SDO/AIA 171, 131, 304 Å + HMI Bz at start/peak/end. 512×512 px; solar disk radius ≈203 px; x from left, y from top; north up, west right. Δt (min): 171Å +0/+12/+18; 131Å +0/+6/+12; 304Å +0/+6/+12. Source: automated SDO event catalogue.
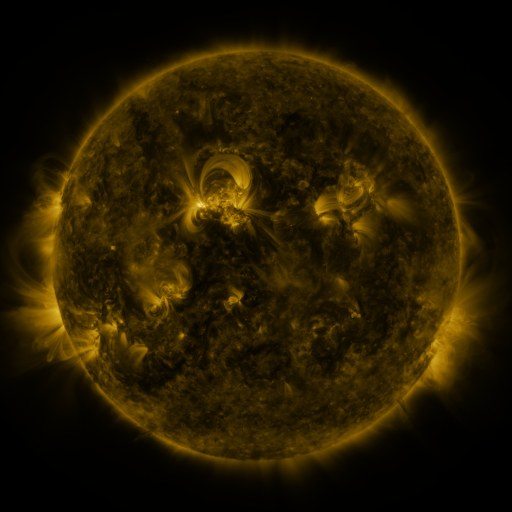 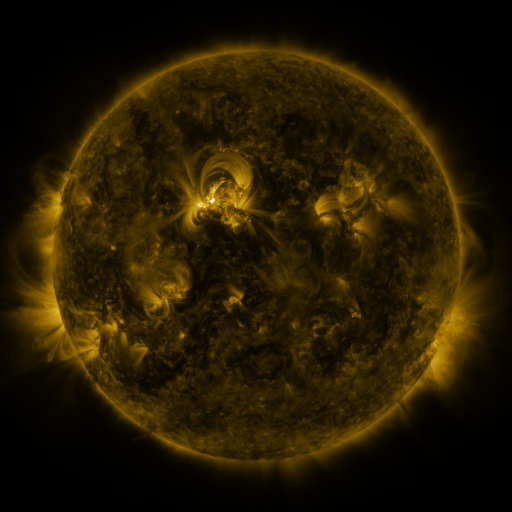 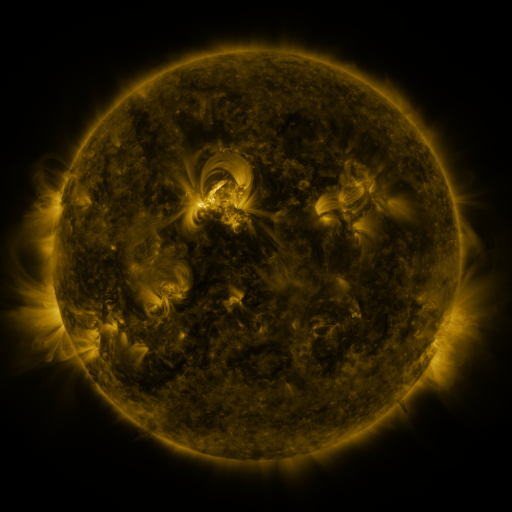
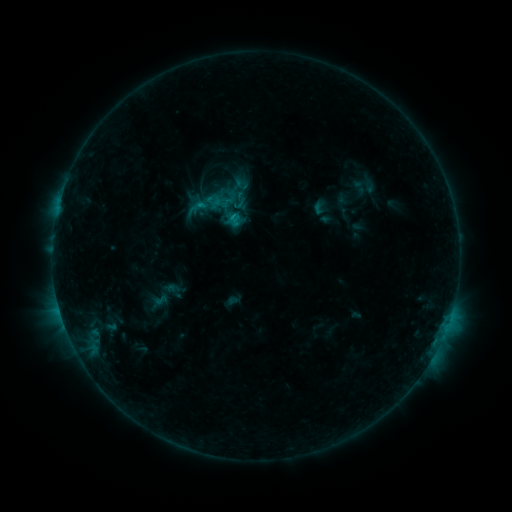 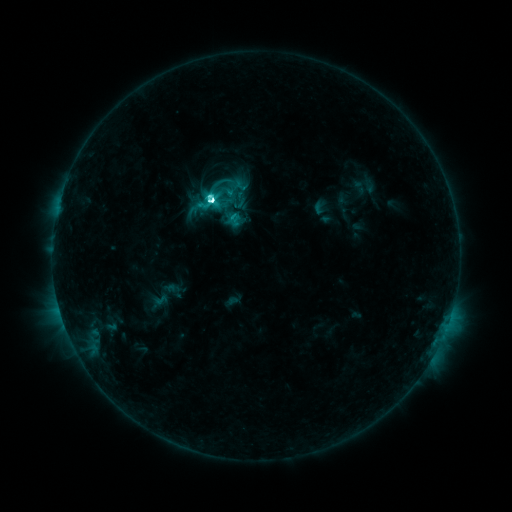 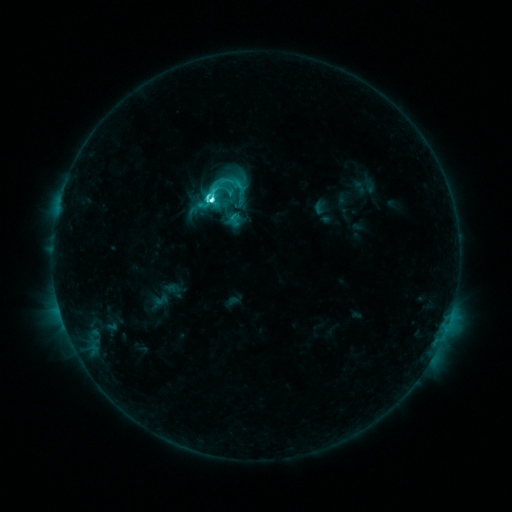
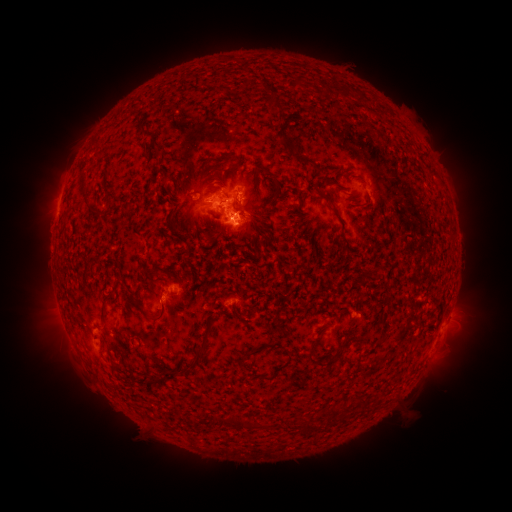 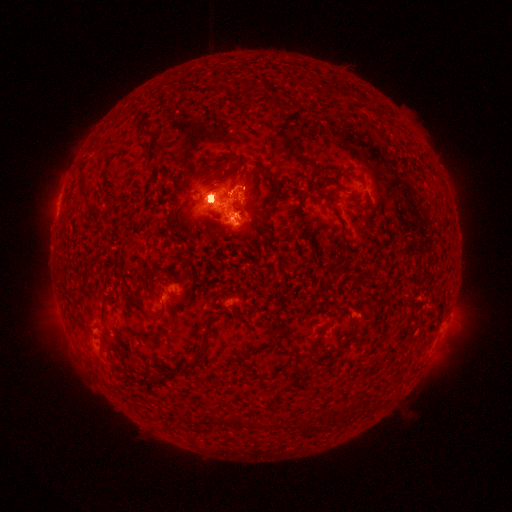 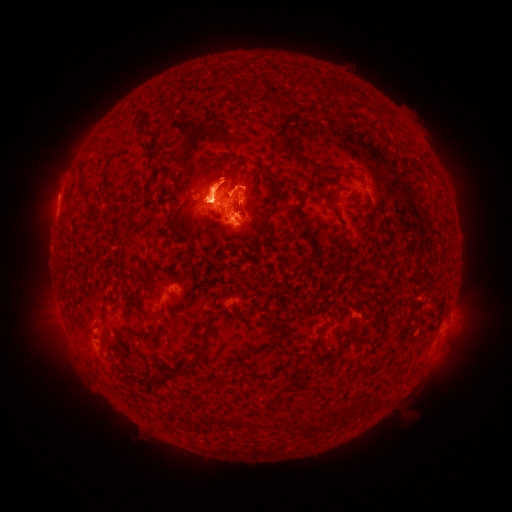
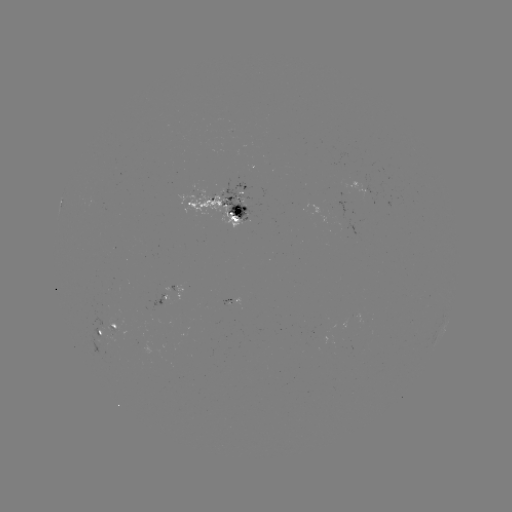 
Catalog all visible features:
M1.7 flare: (214, 203)
